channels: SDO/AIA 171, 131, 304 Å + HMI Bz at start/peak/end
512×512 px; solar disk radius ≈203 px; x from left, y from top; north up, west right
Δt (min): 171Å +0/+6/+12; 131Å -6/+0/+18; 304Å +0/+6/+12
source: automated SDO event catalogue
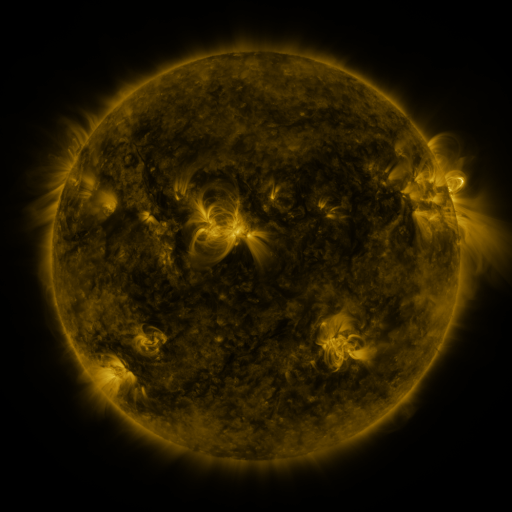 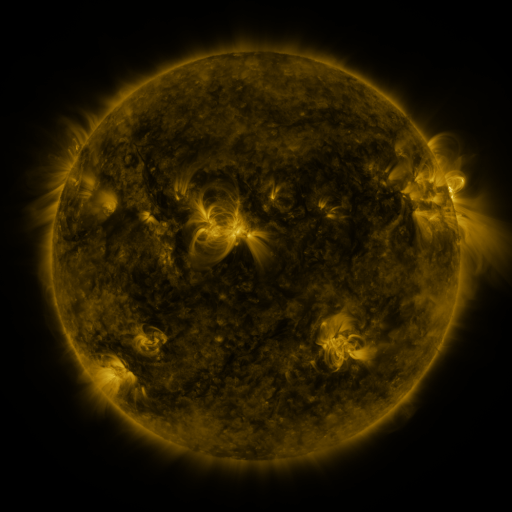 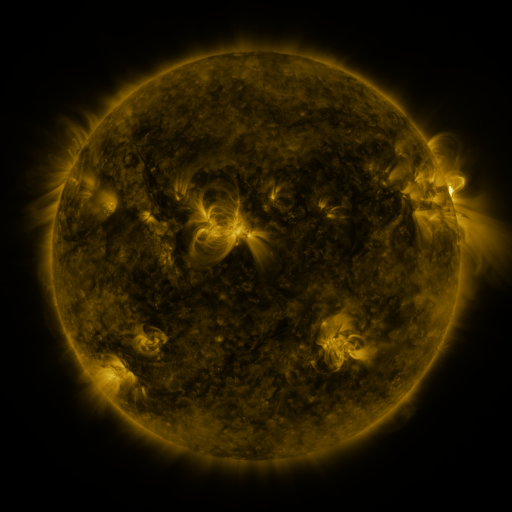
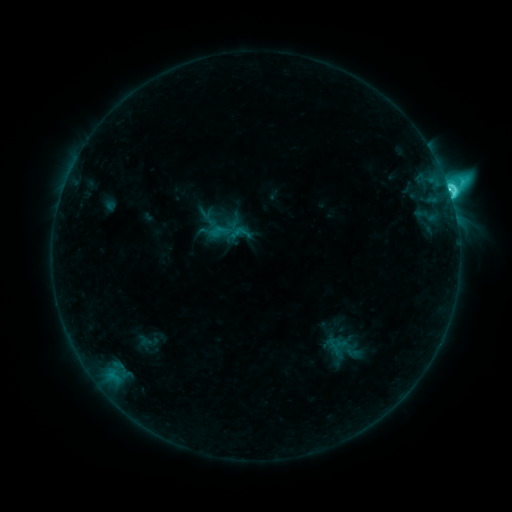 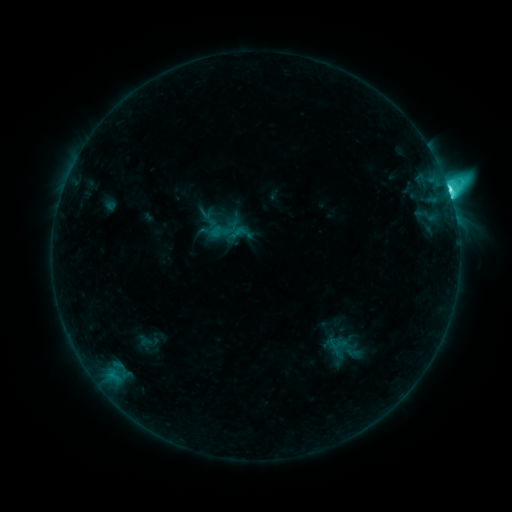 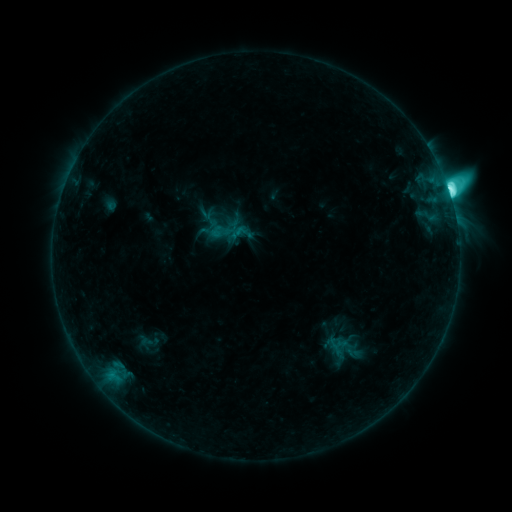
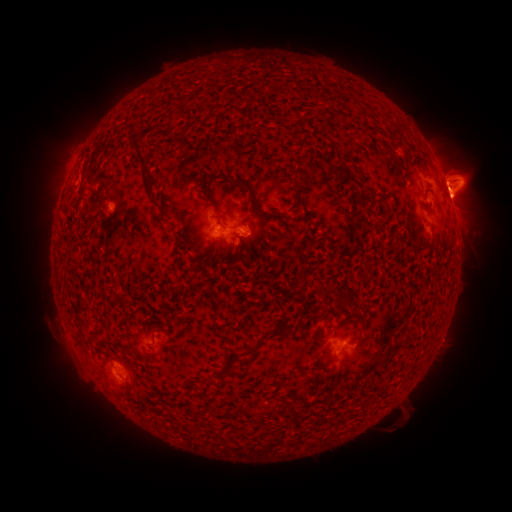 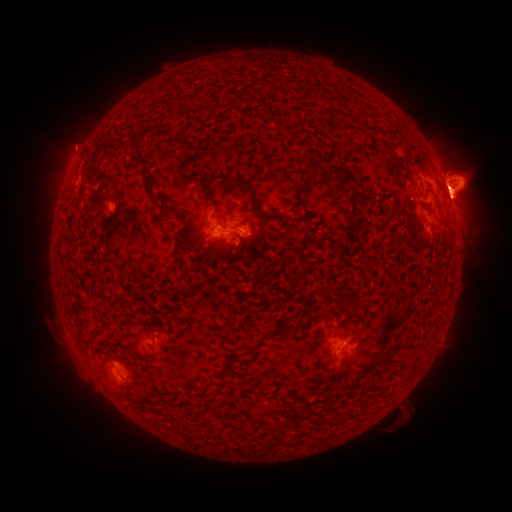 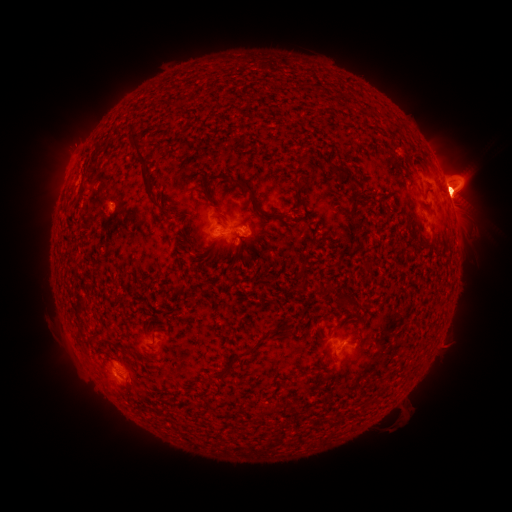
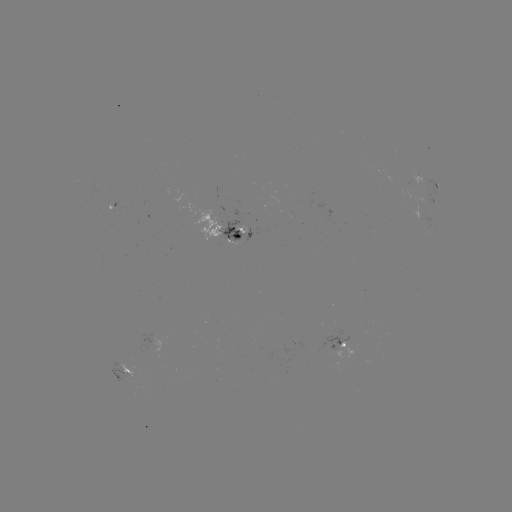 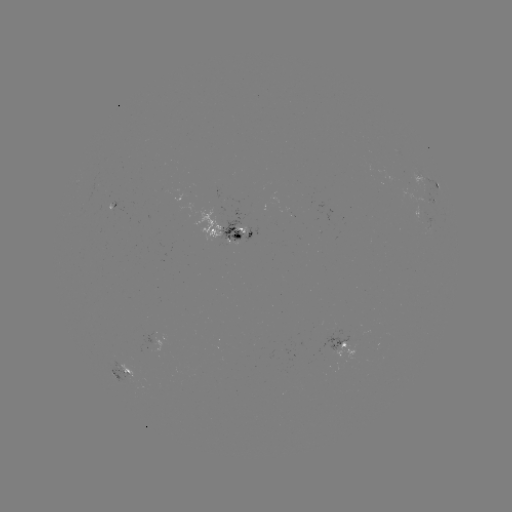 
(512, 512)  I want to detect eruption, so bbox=[44, 114, 104, 174].